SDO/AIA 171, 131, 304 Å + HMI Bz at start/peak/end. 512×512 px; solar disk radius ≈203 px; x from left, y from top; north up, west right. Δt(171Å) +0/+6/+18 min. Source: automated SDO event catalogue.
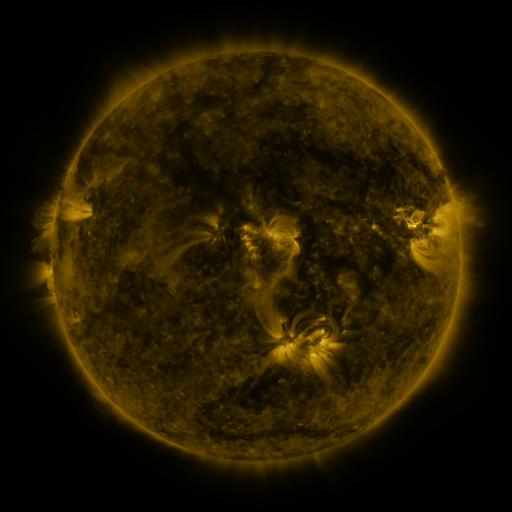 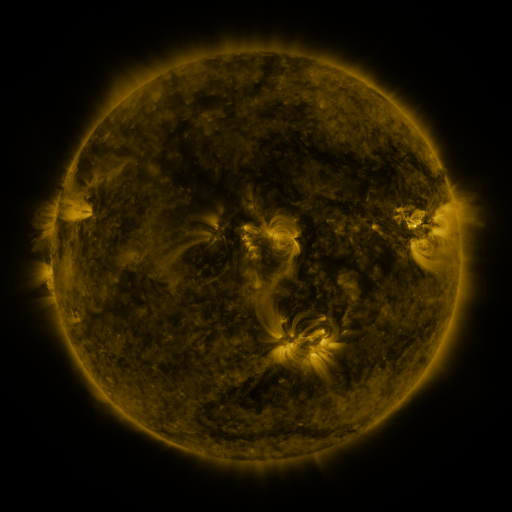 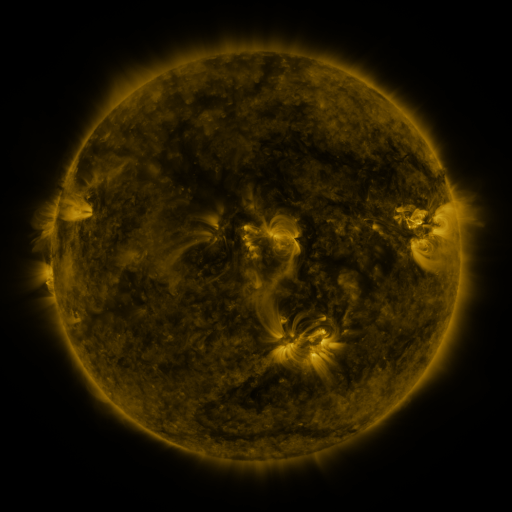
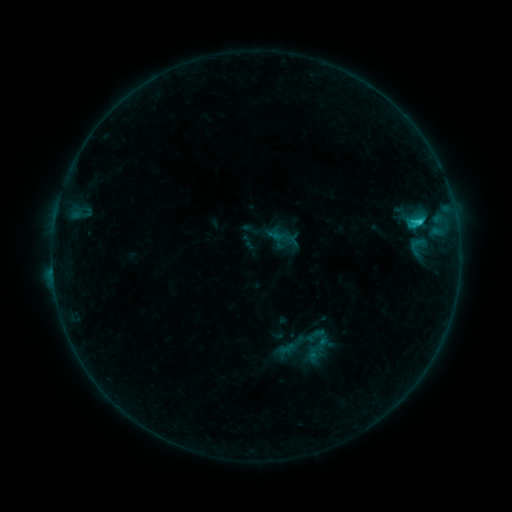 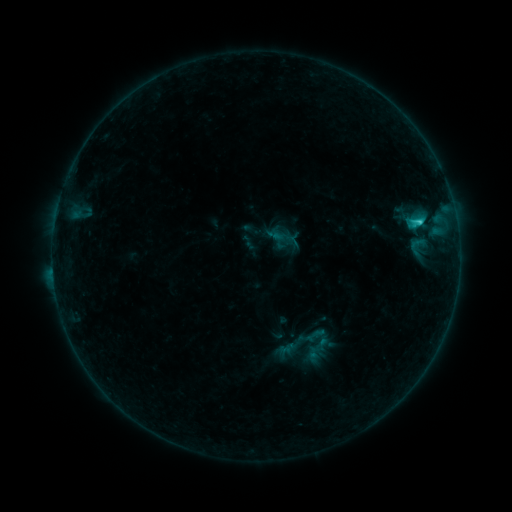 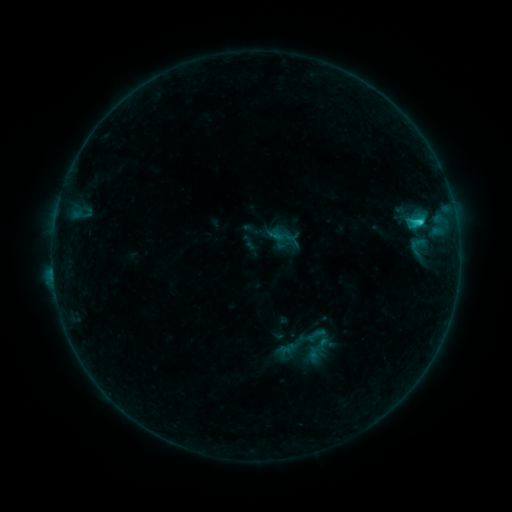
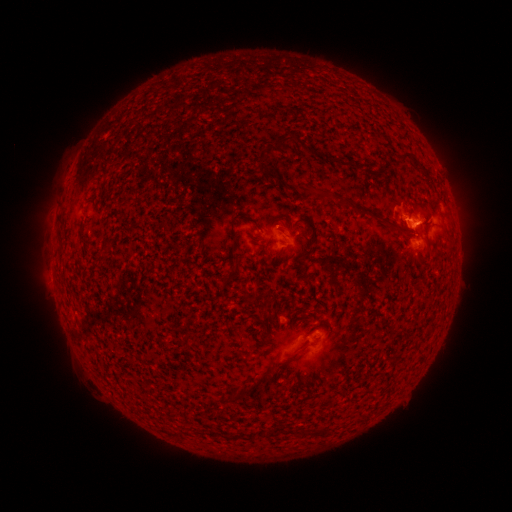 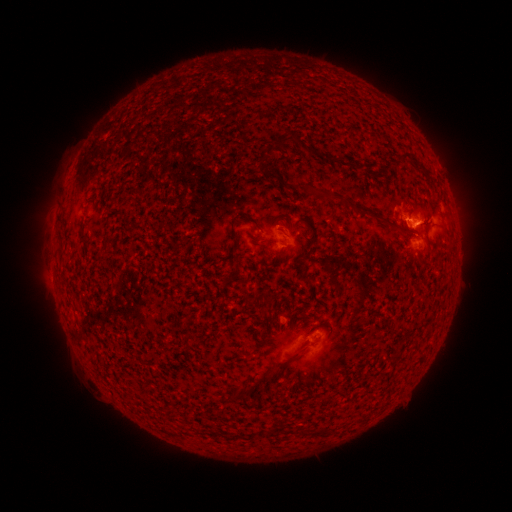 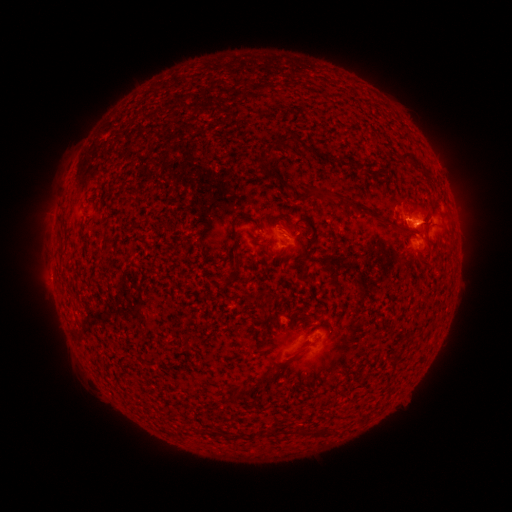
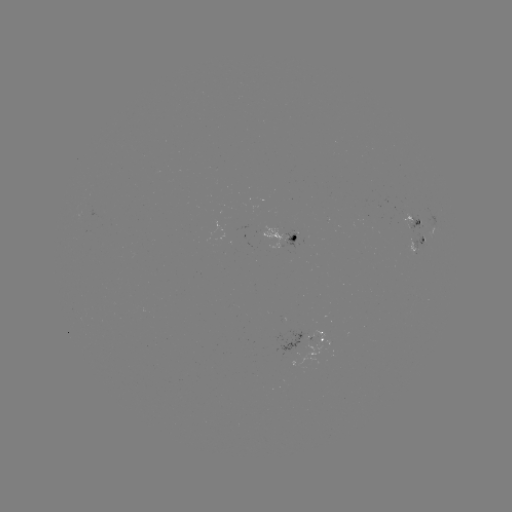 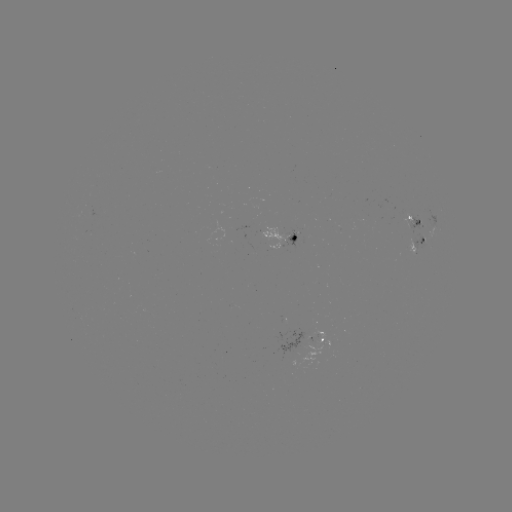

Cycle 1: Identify C1.3 flare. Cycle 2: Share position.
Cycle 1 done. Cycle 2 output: (418, 224).